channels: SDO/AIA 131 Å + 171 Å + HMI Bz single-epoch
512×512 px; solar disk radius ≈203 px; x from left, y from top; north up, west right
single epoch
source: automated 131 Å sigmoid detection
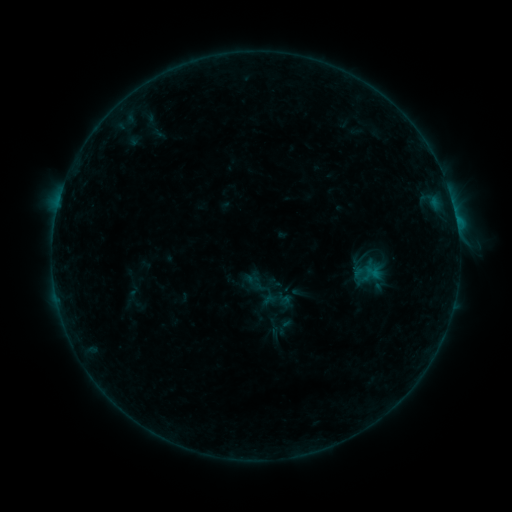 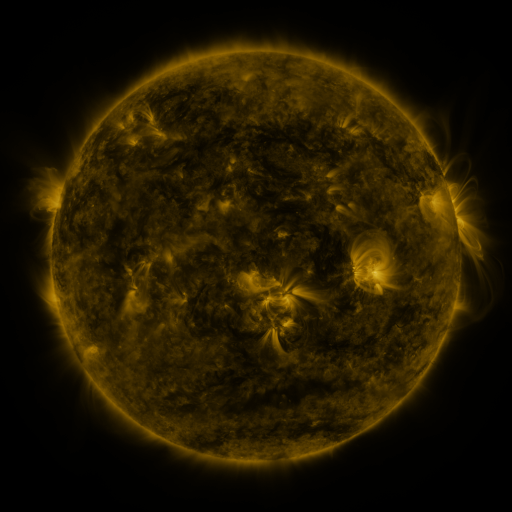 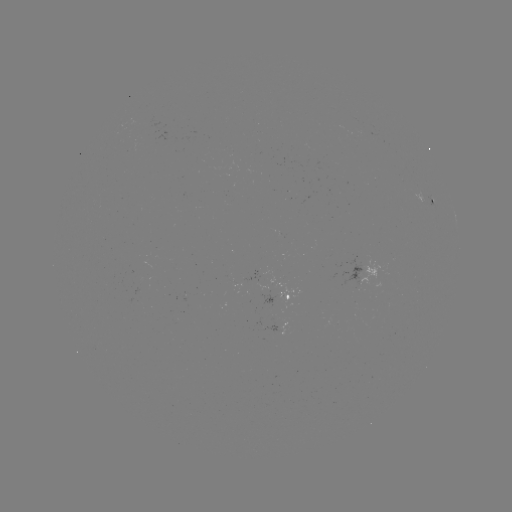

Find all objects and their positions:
sigmoid: [238, 267, 283, 311]
